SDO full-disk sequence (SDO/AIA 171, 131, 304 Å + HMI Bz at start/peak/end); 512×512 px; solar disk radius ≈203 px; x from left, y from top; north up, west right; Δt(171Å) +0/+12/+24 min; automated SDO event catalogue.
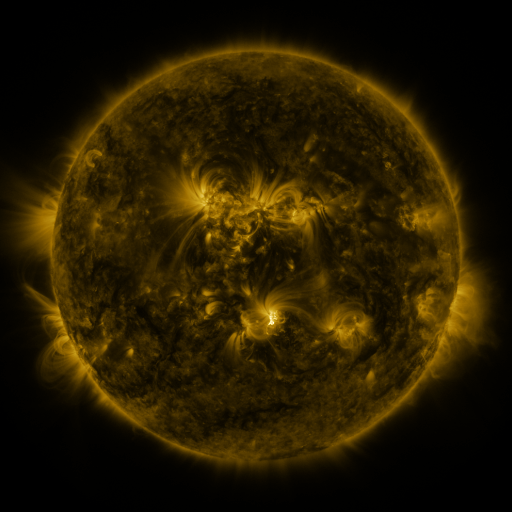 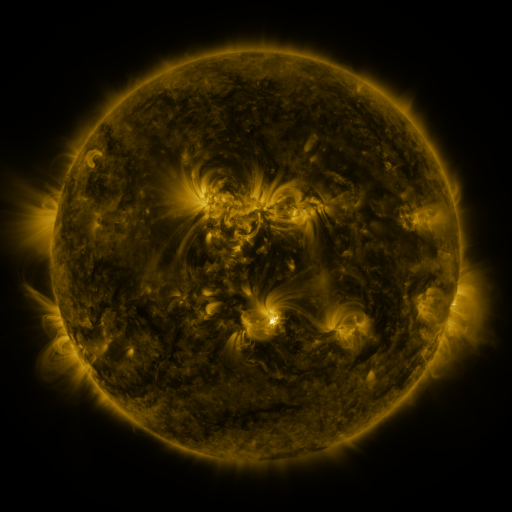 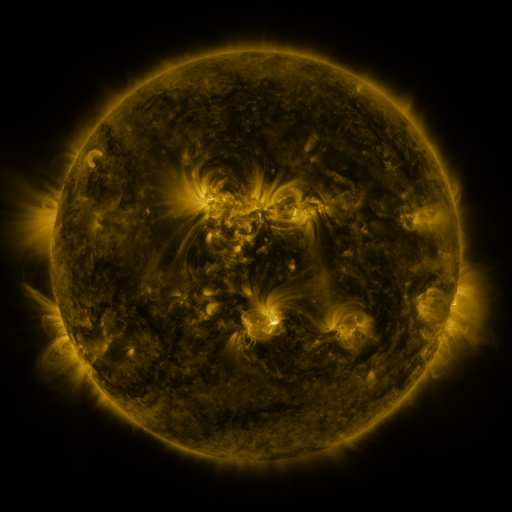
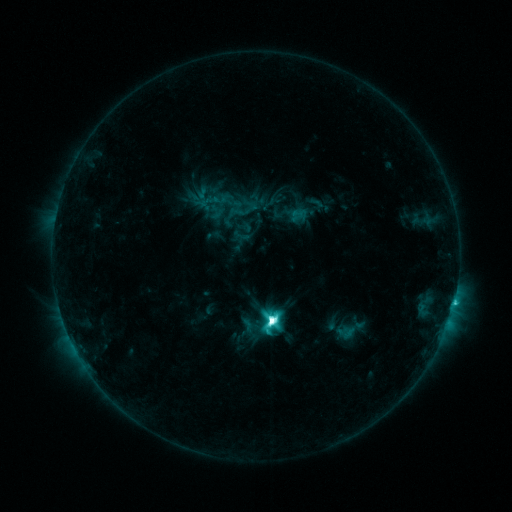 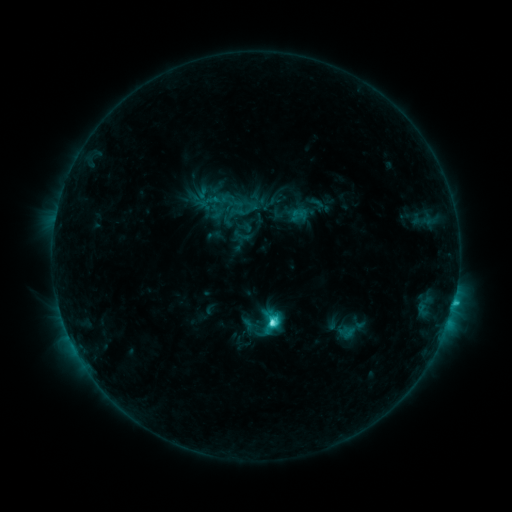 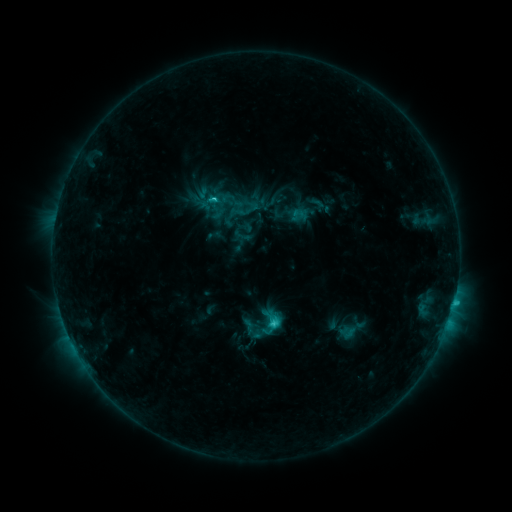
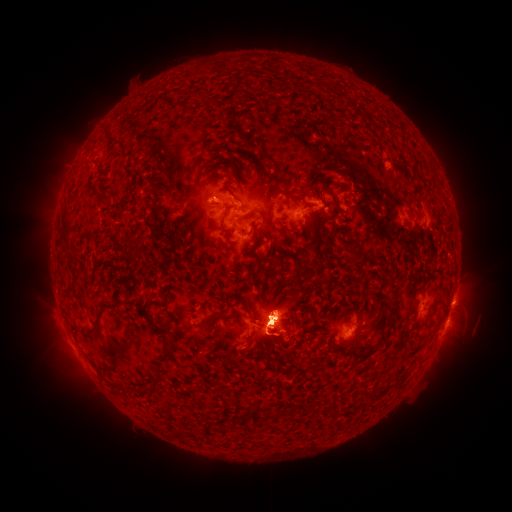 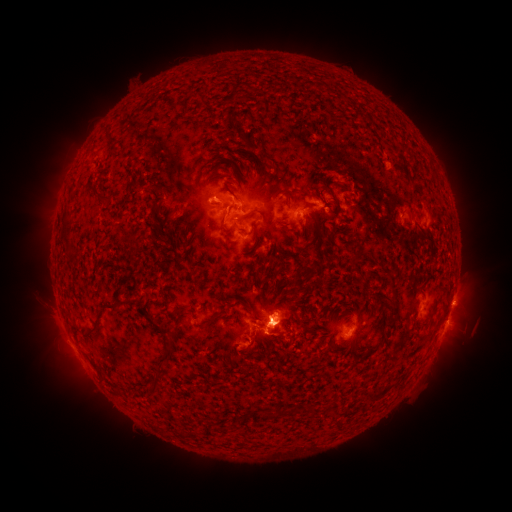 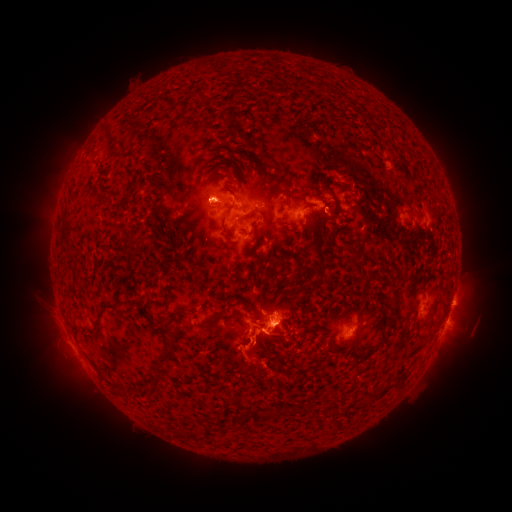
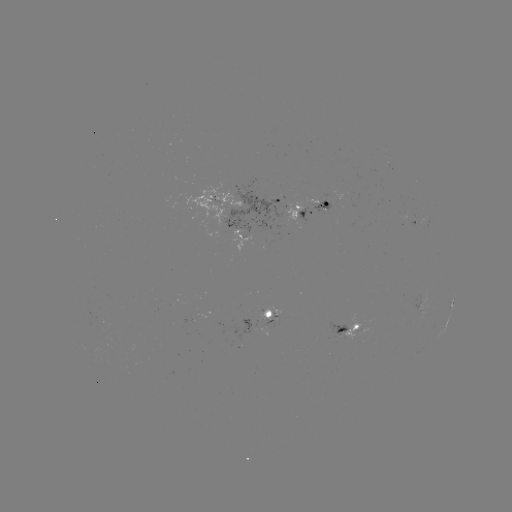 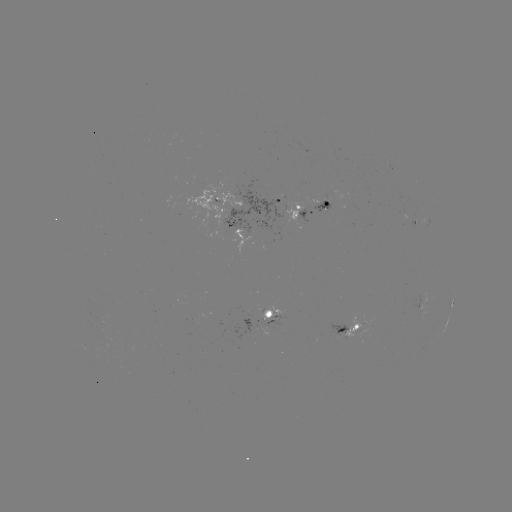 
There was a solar eruption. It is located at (252, 351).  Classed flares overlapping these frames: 1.